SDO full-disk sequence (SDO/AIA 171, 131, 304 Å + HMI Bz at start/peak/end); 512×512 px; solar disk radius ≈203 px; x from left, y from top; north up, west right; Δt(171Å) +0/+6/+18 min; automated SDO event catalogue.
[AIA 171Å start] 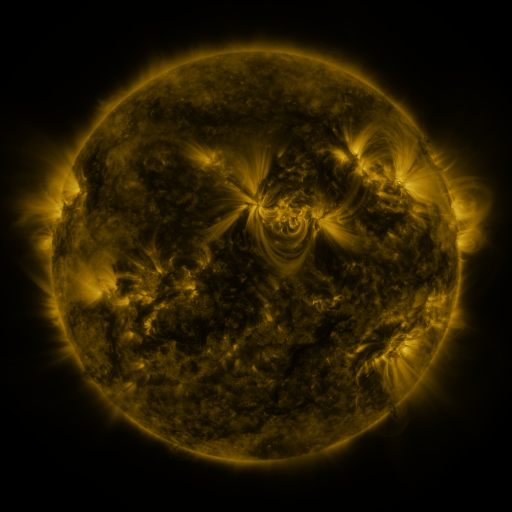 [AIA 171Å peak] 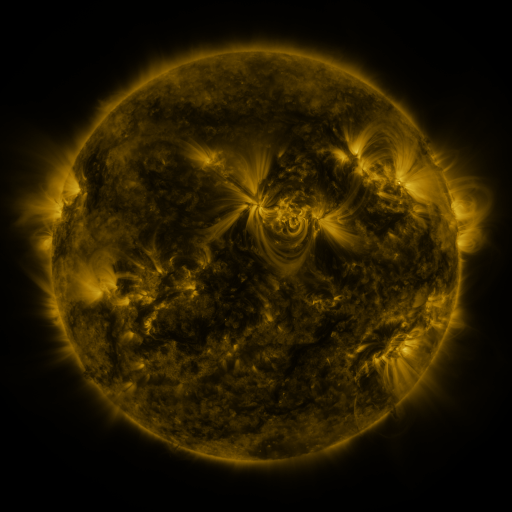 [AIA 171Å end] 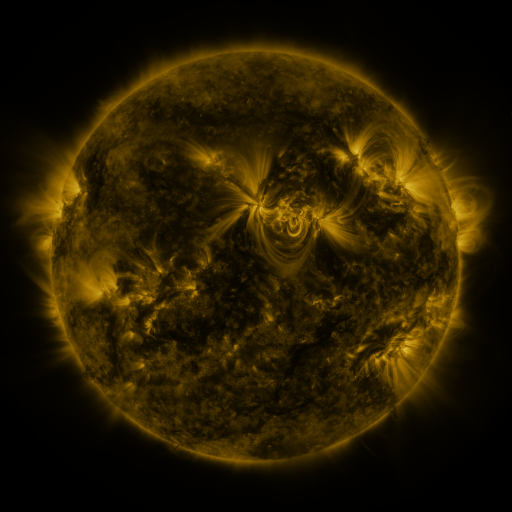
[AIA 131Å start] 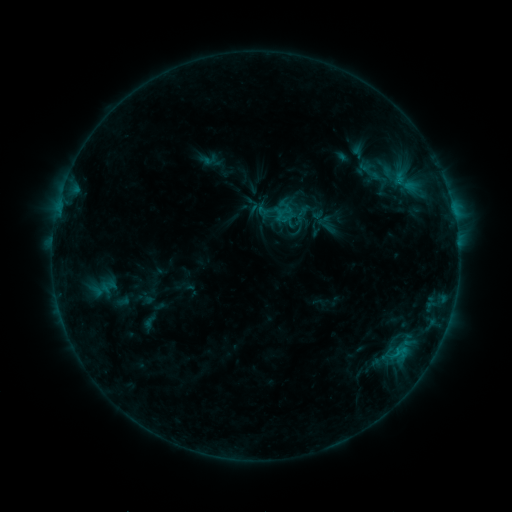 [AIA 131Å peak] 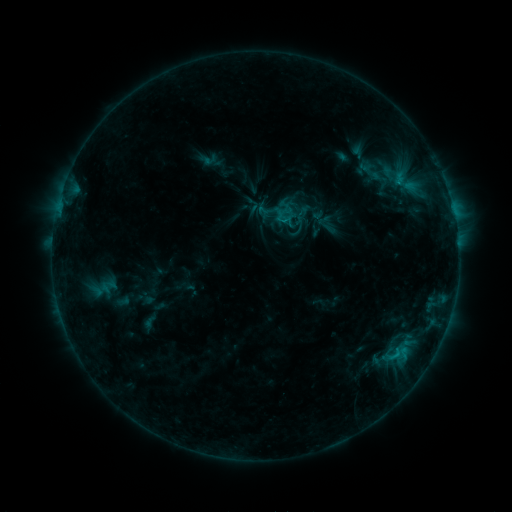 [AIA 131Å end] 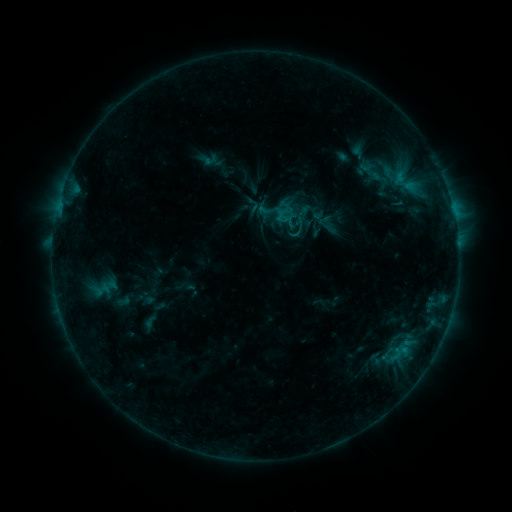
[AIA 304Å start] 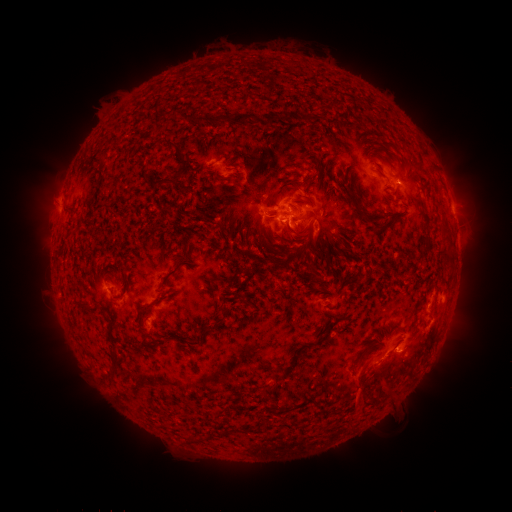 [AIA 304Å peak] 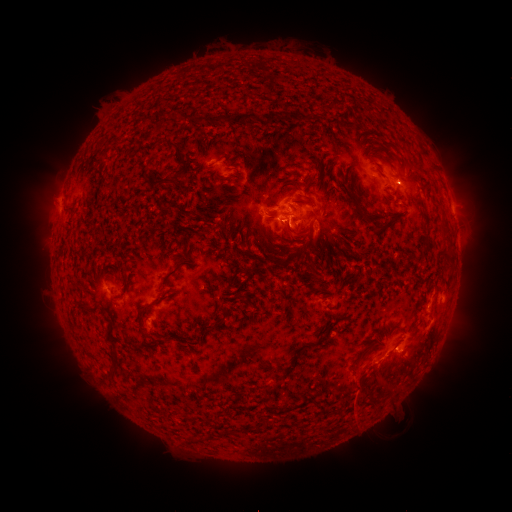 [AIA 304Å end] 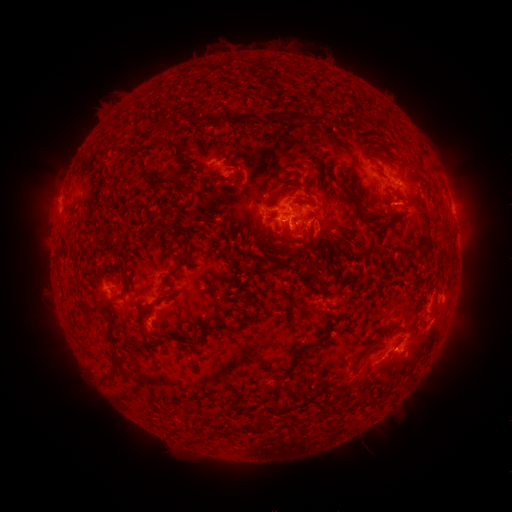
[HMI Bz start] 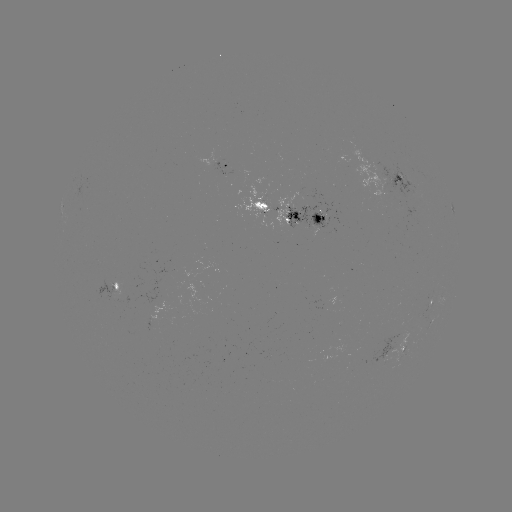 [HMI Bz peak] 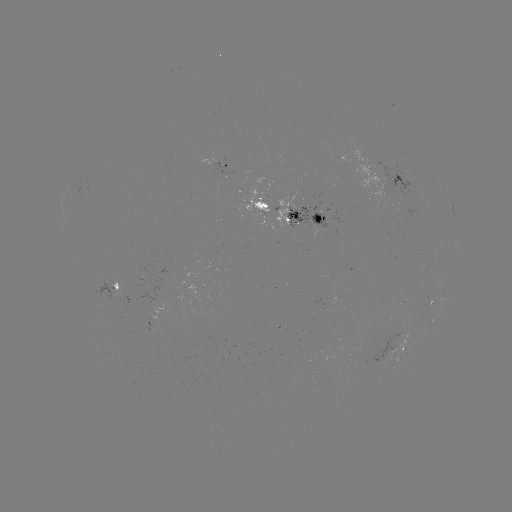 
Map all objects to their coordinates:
eruption: (361, 410)
